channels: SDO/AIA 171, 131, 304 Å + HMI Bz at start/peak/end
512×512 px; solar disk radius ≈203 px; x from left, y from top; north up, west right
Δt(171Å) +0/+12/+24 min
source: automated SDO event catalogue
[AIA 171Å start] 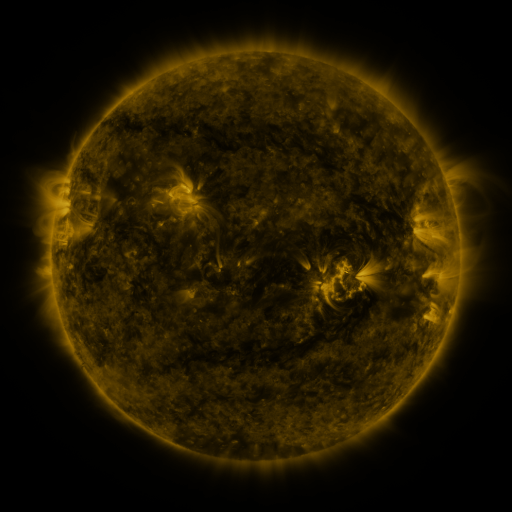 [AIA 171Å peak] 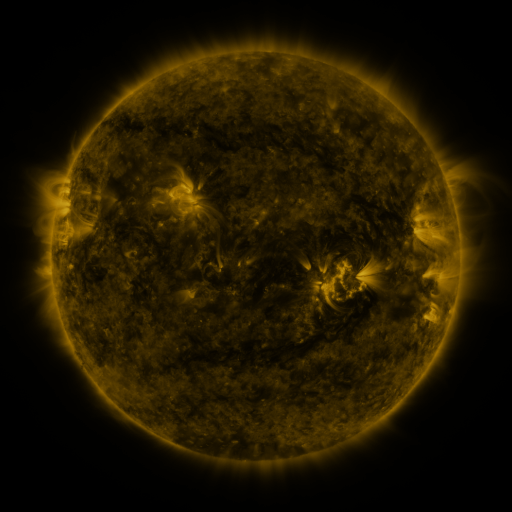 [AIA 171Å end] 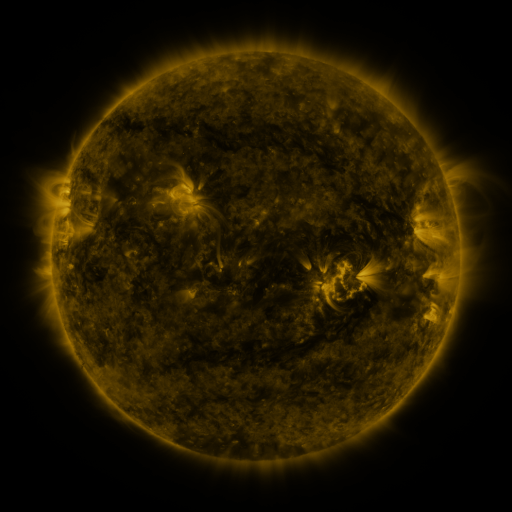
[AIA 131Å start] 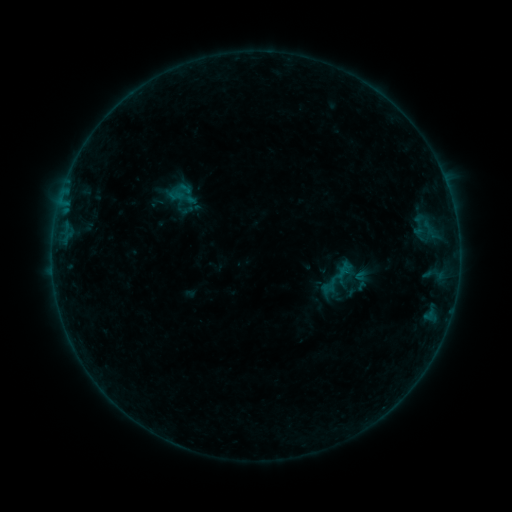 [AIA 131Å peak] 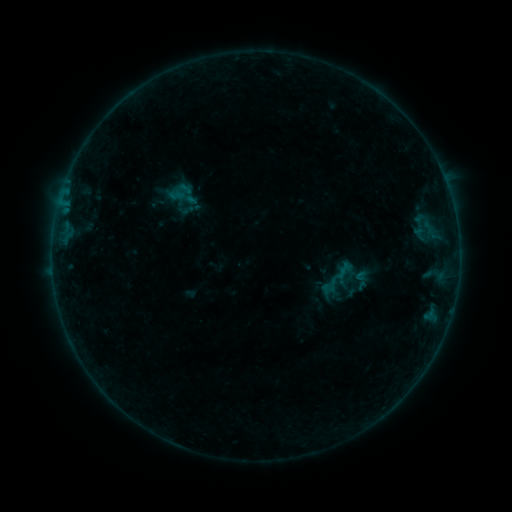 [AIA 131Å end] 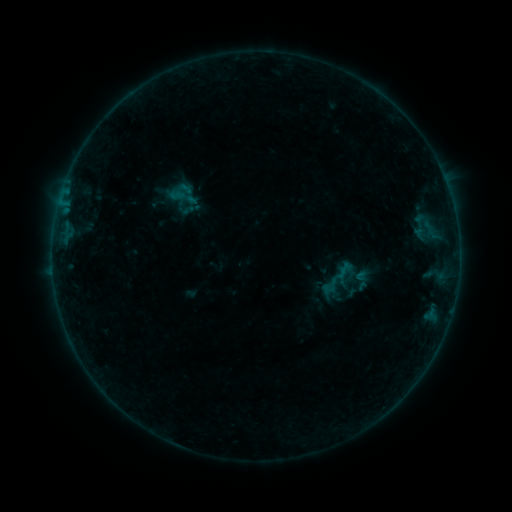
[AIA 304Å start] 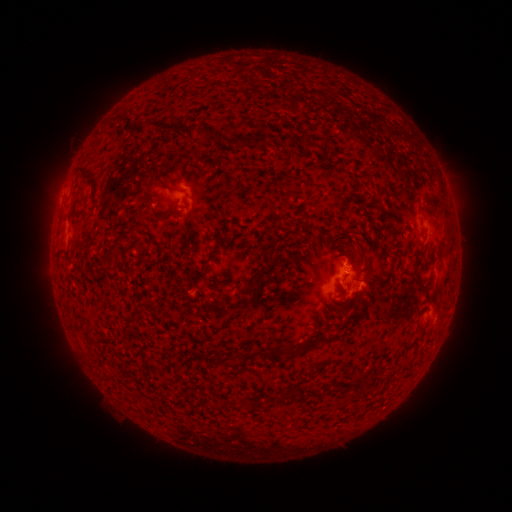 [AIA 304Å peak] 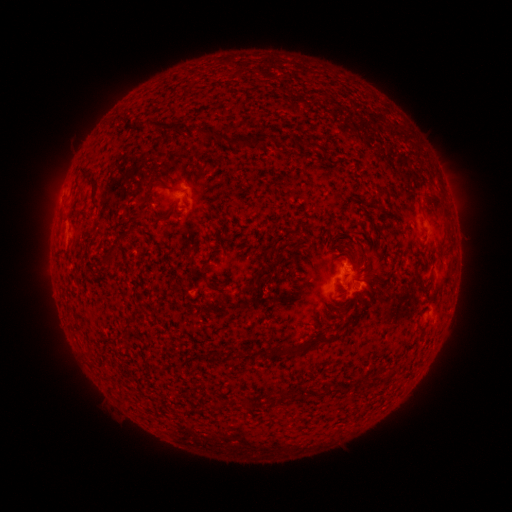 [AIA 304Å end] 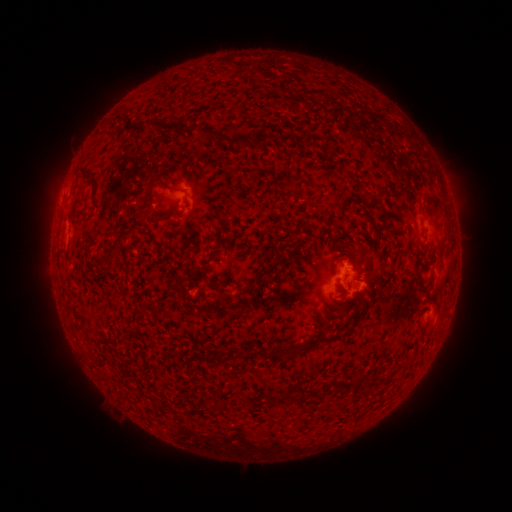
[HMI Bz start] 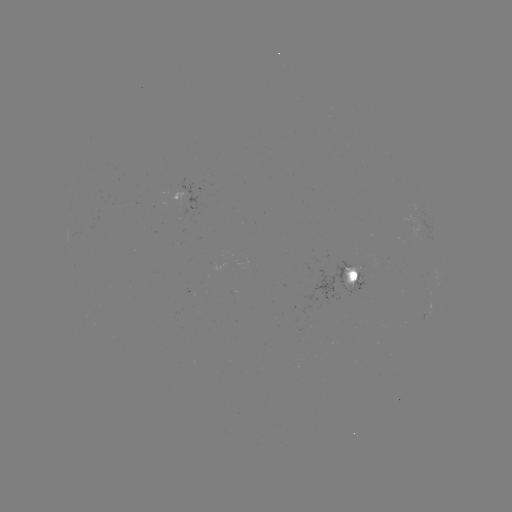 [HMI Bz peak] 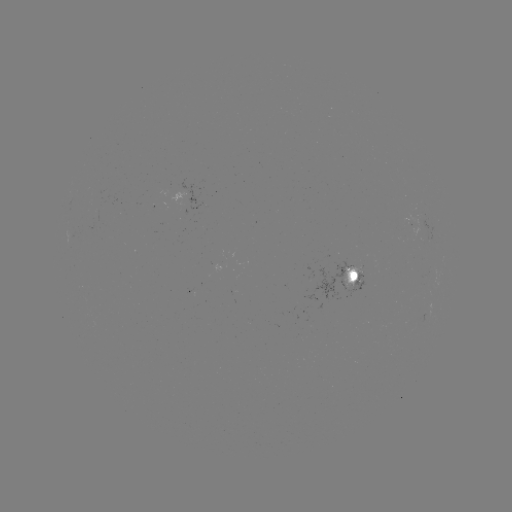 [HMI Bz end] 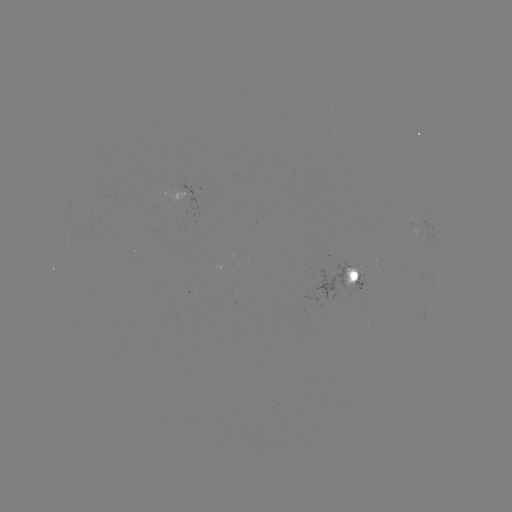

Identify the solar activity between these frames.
no catalogued flare and no flagged EUV brightening in this window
